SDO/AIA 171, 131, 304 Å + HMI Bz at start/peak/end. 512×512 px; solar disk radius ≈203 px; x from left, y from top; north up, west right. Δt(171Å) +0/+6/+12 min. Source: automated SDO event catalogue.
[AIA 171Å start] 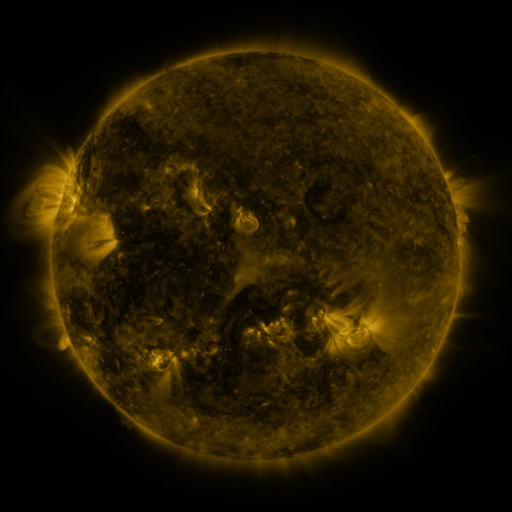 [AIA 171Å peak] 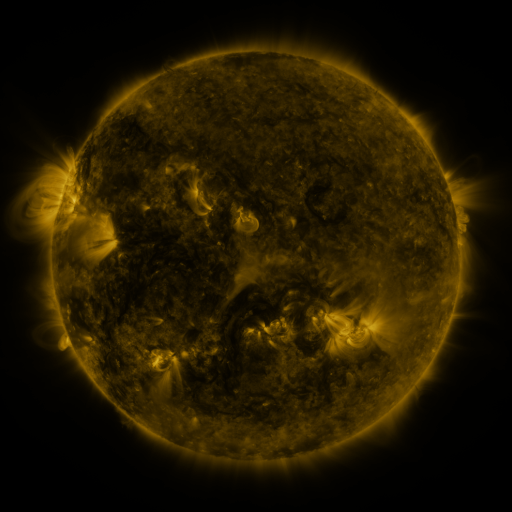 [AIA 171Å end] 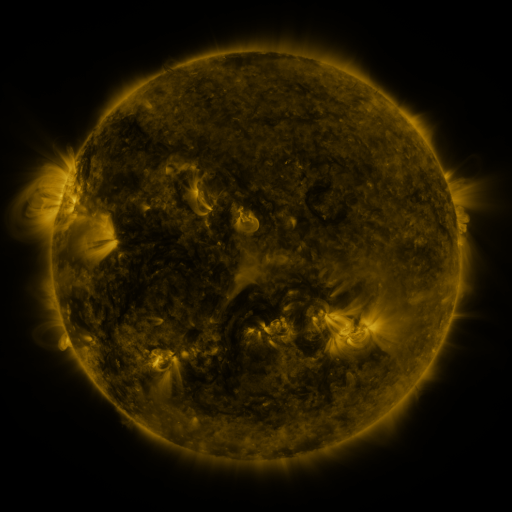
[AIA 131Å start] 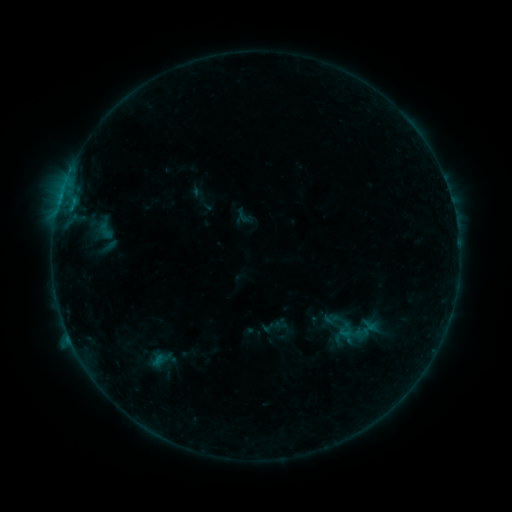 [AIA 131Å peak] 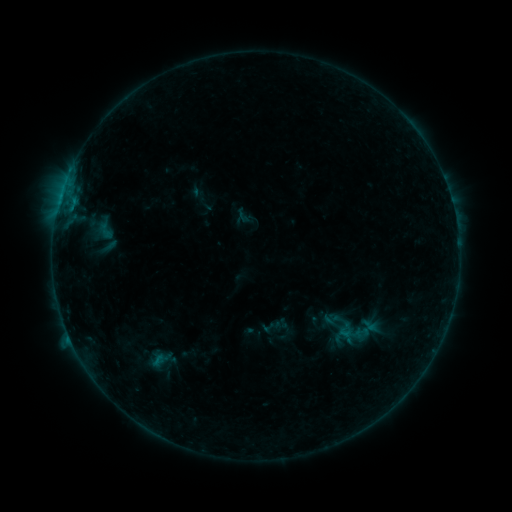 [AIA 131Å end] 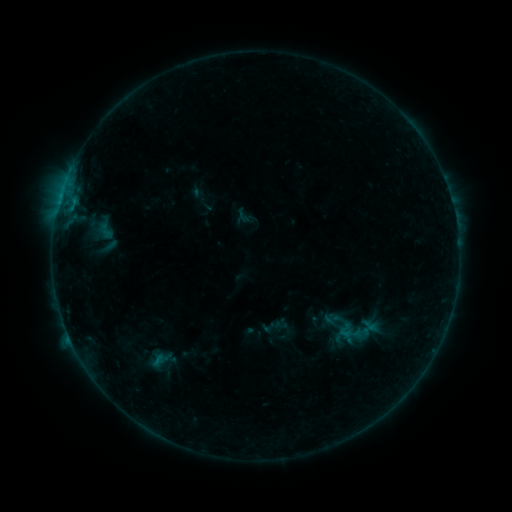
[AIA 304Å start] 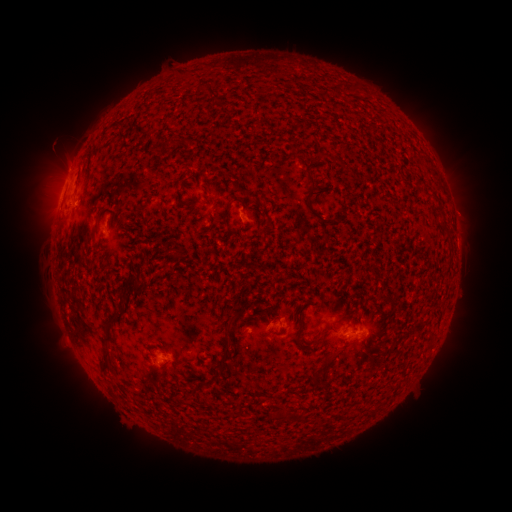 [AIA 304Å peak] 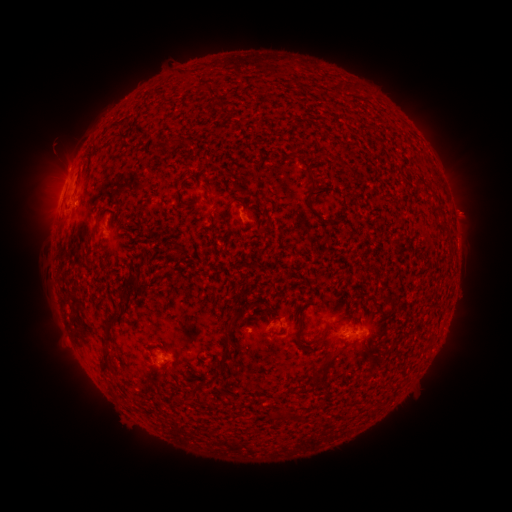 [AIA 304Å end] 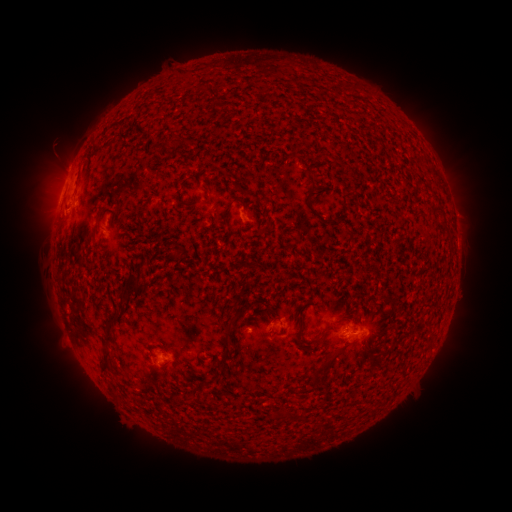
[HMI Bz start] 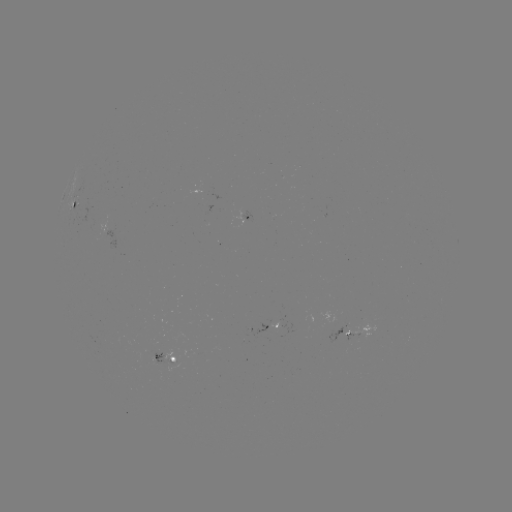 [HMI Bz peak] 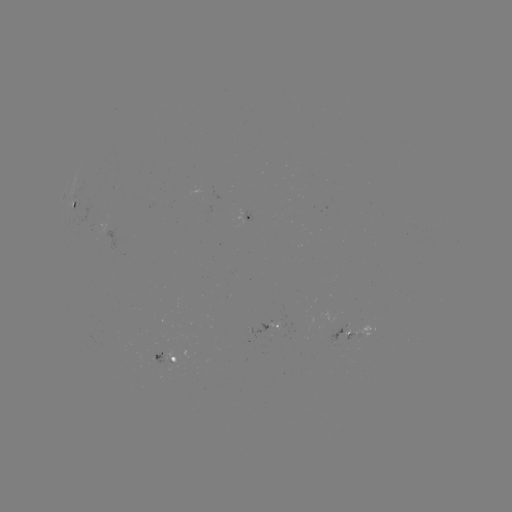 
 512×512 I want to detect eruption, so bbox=[440, 189, 488, 234].